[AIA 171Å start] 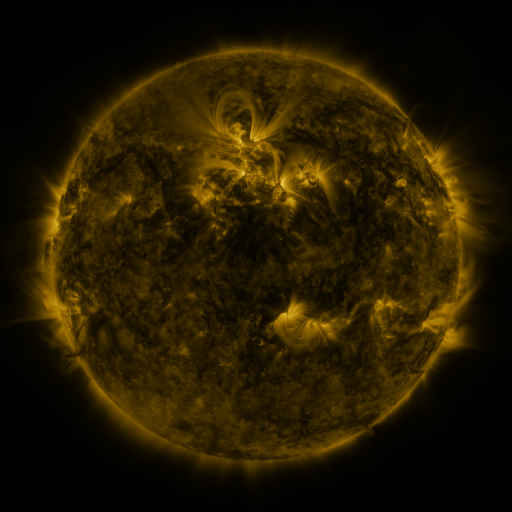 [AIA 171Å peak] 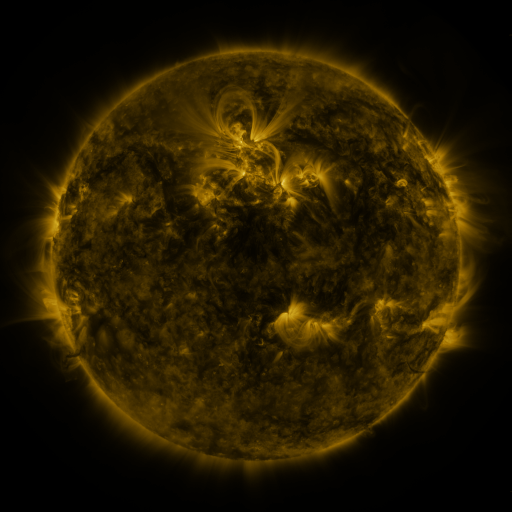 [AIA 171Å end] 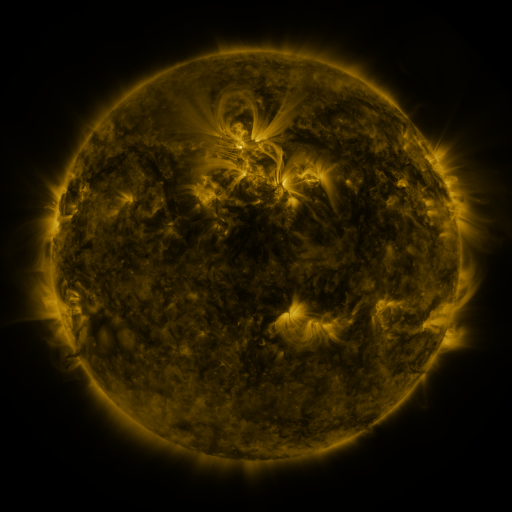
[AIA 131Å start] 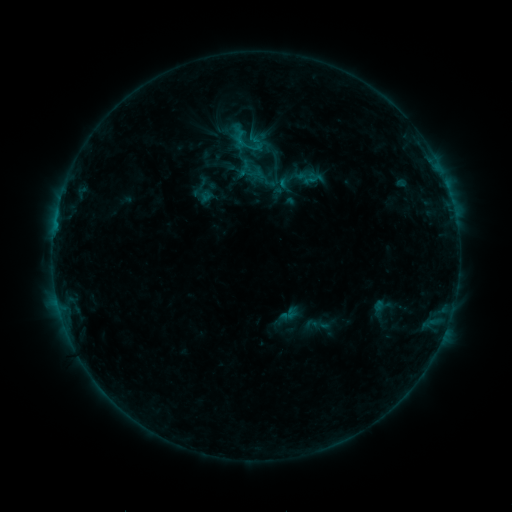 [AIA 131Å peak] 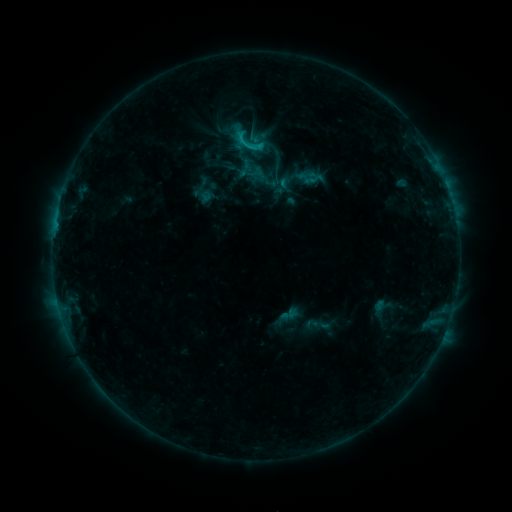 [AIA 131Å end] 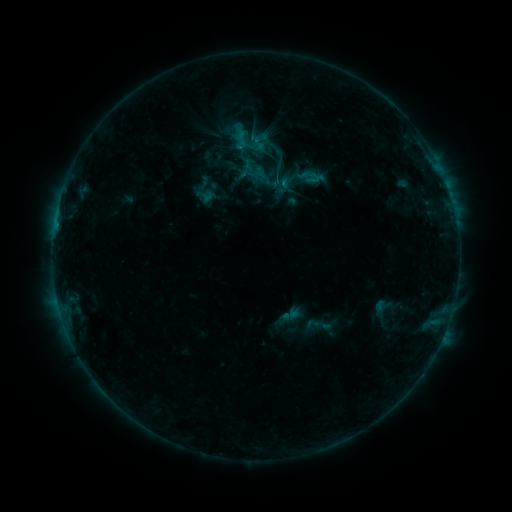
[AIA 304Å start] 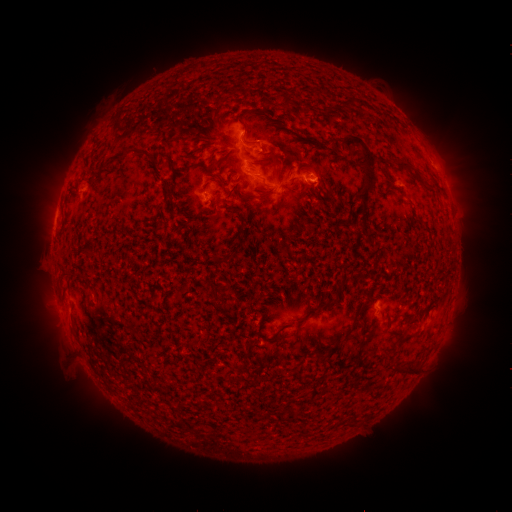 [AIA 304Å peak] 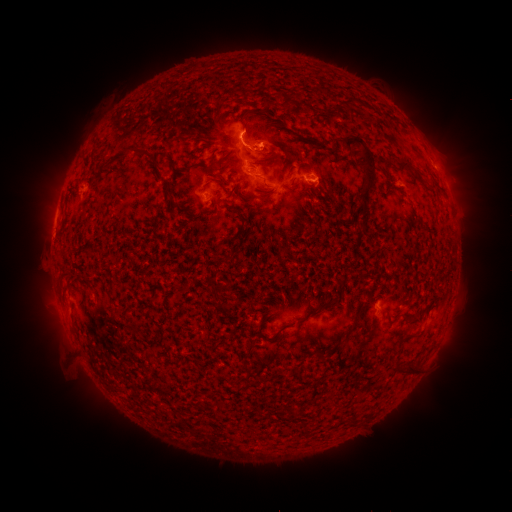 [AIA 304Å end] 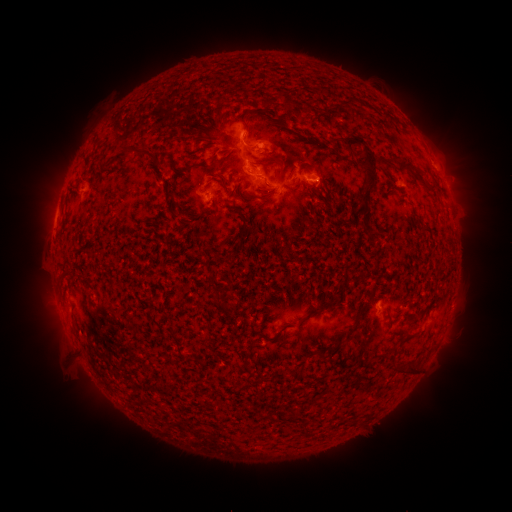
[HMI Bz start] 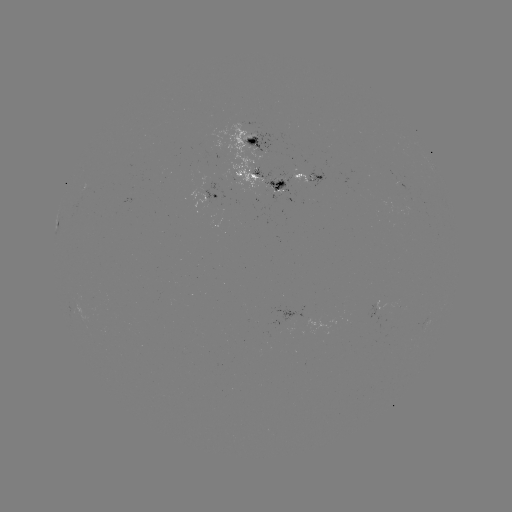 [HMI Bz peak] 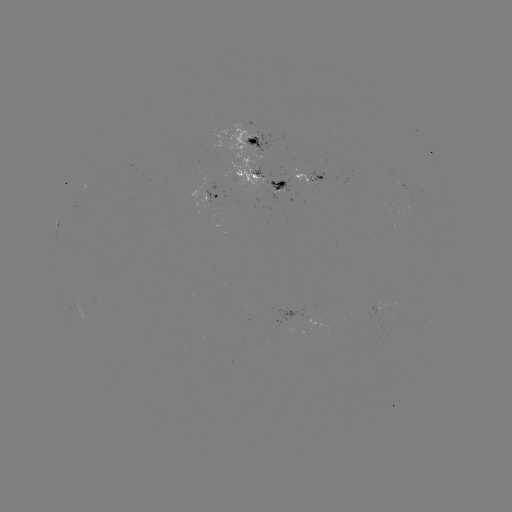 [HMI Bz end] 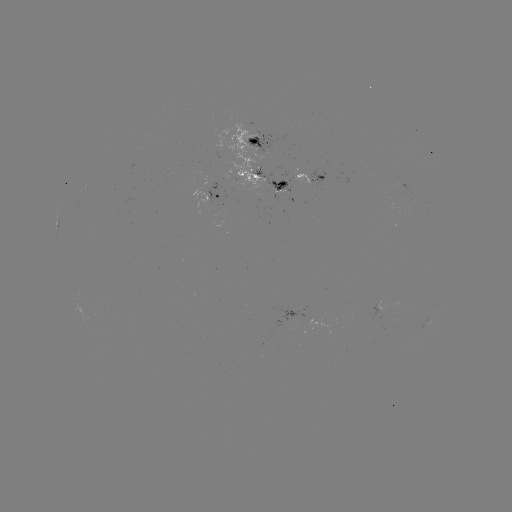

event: flare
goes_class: C1.2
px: (249, 147)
